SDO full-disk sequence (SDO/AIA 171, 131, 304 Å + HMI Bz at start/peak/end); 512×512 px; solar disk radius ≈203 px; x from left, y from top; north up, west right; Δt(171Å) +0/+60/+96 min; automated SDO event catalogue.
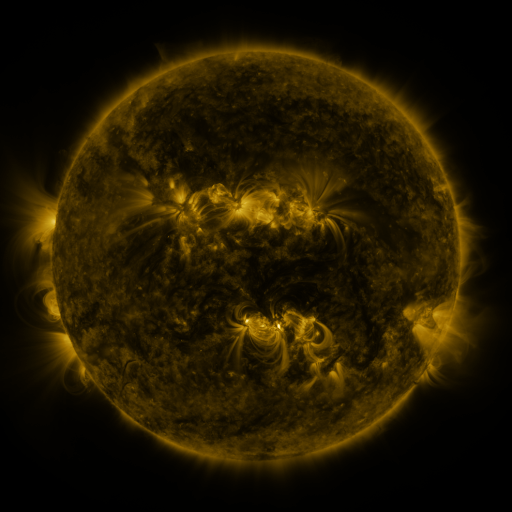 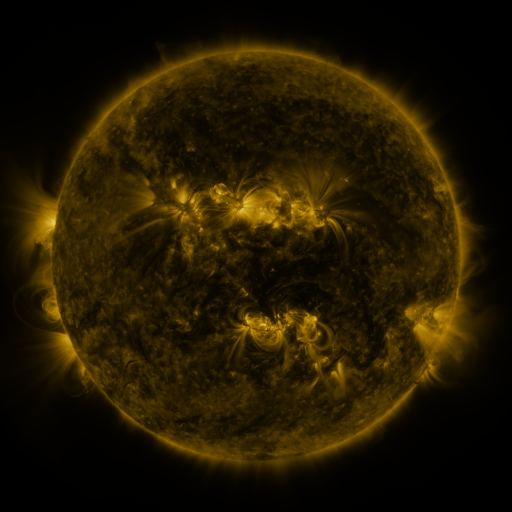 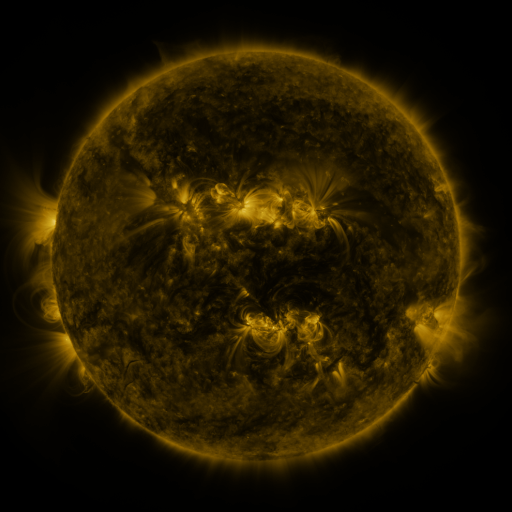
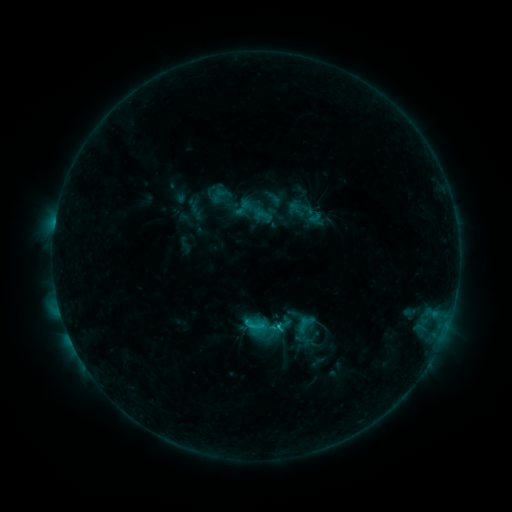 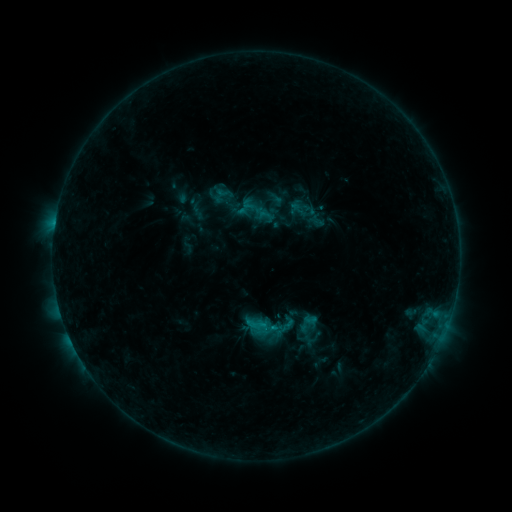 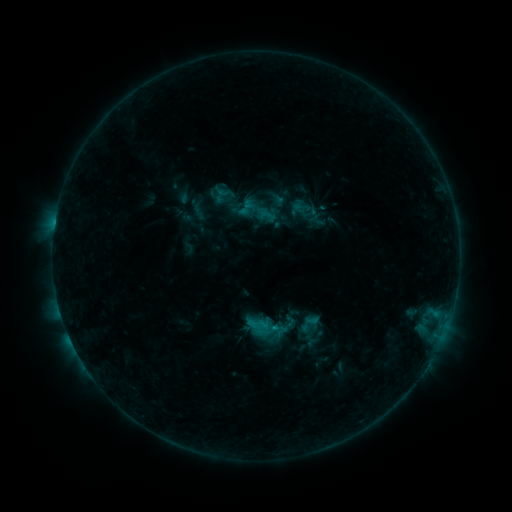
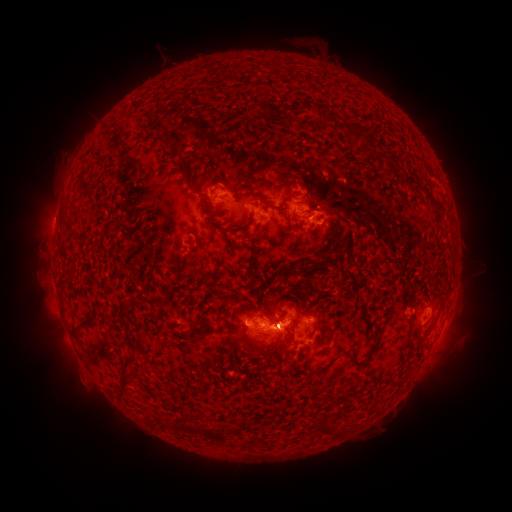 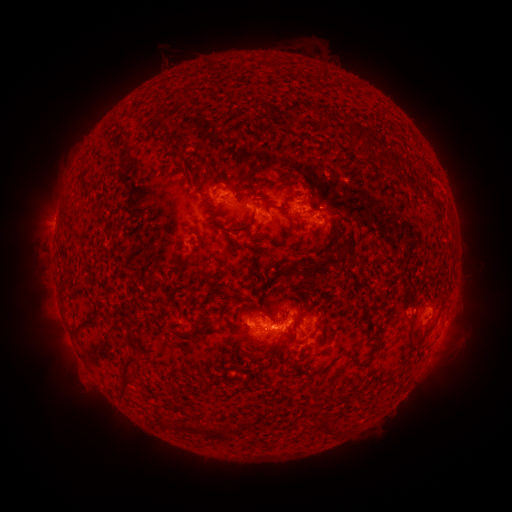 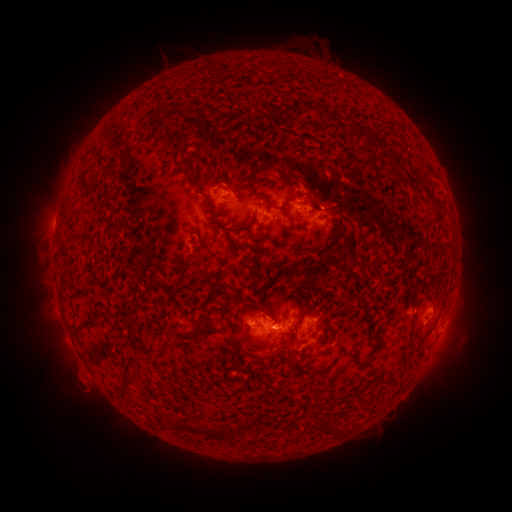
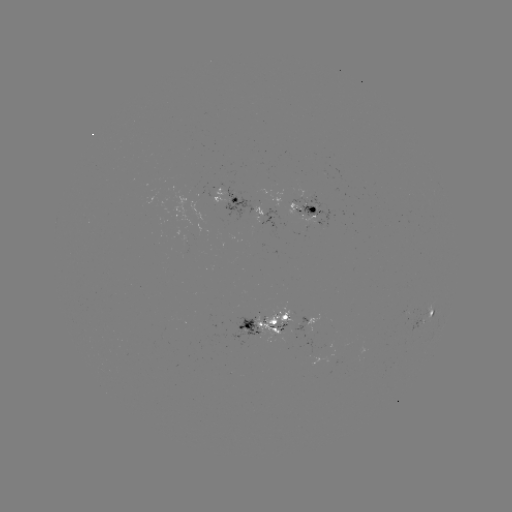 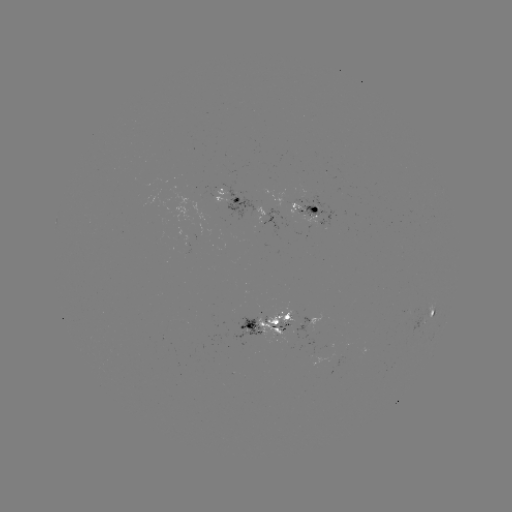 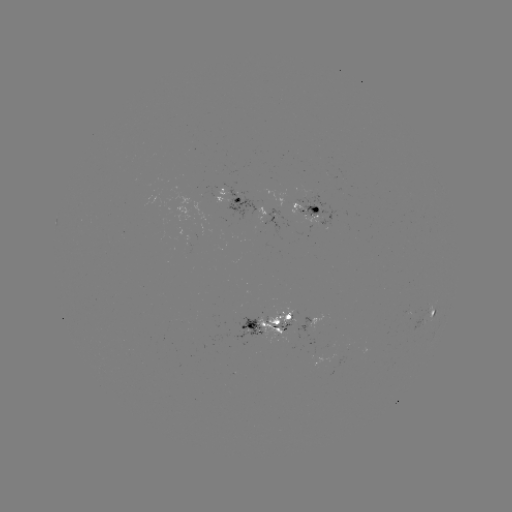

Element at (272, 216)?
emerging-flux region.